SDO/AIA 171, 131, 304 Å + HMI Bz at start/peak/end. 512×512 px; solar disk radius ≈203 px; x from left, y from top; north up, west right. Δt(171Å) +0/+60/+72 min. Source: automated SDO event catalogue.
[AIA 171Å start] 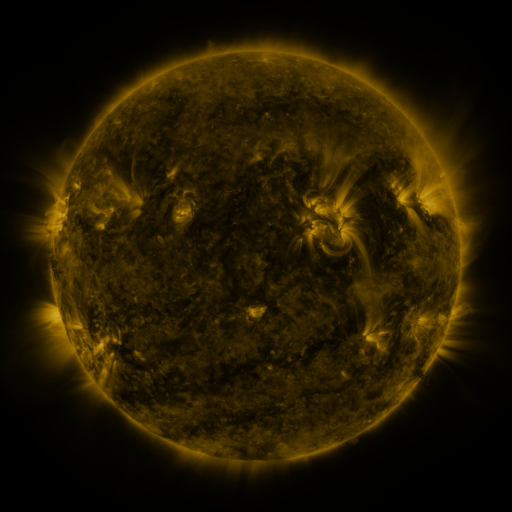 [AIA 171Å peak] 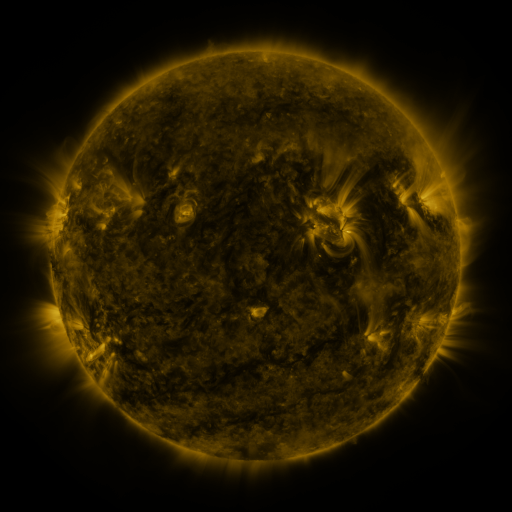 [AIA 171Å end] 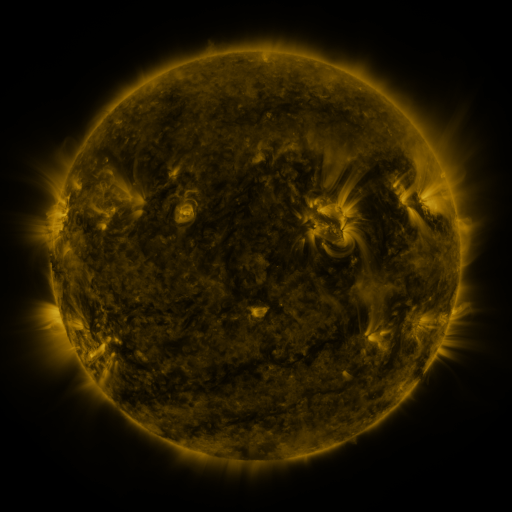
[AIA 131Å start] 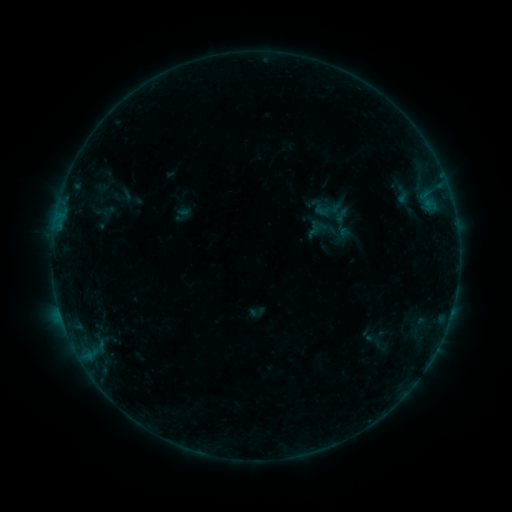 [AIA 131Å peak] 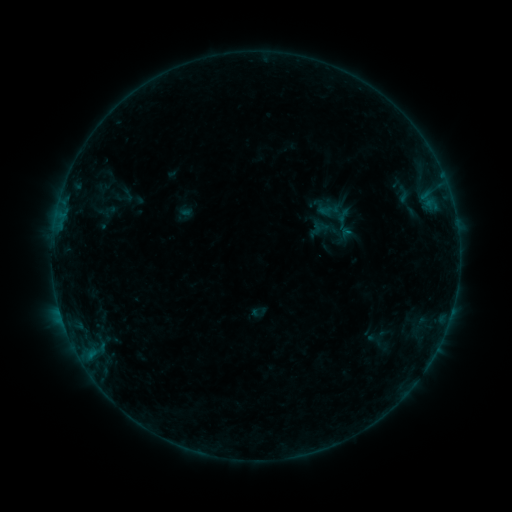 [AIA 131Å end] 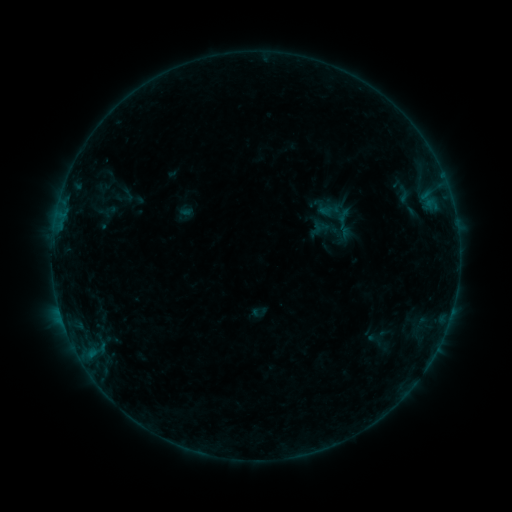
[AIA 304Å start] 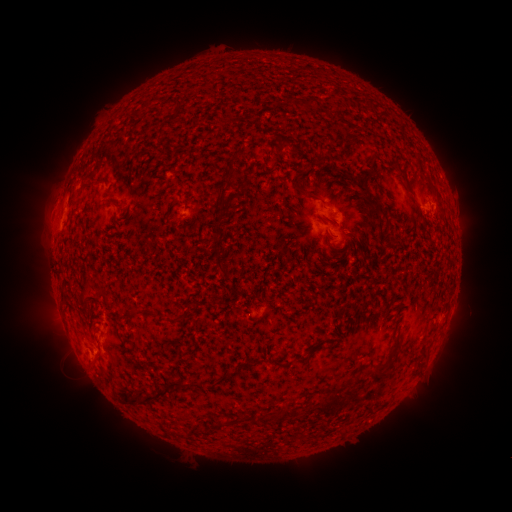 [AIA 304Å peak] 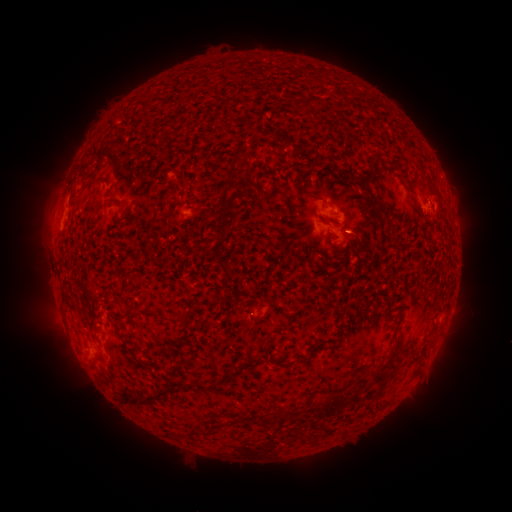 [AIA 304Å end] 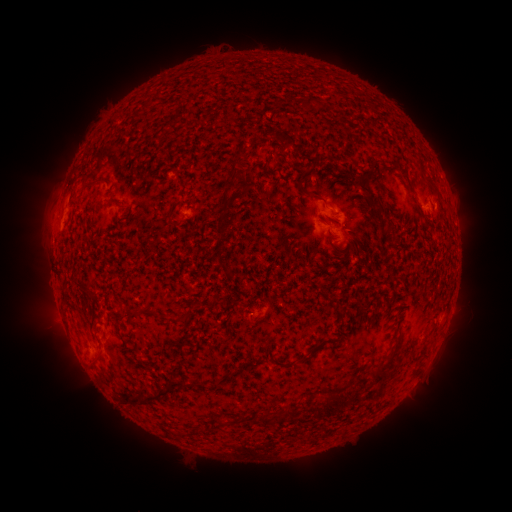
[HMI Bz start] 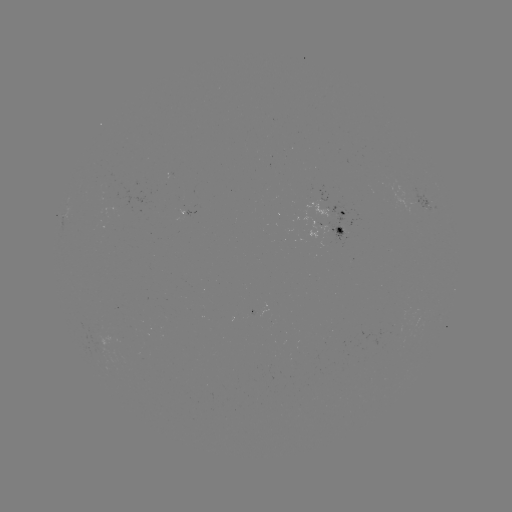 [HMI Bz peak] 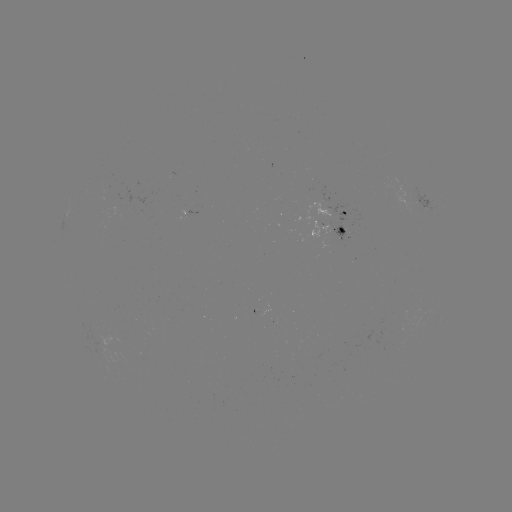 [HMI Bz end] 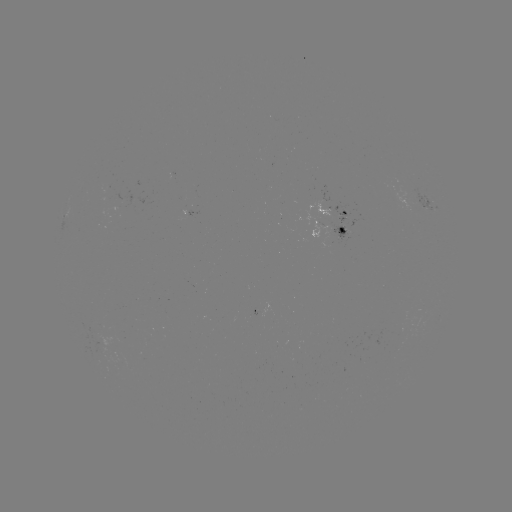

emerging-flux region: [330, 225, 346, 244]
